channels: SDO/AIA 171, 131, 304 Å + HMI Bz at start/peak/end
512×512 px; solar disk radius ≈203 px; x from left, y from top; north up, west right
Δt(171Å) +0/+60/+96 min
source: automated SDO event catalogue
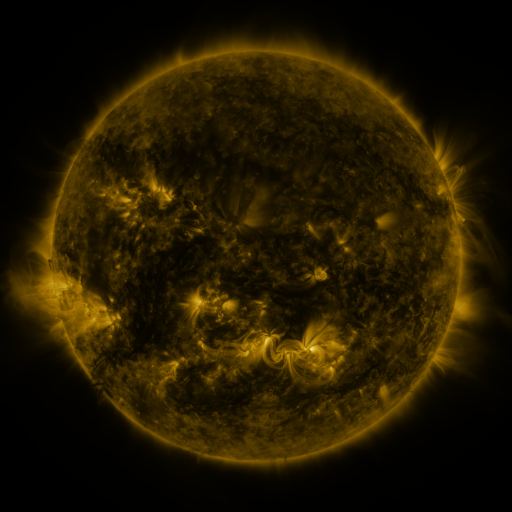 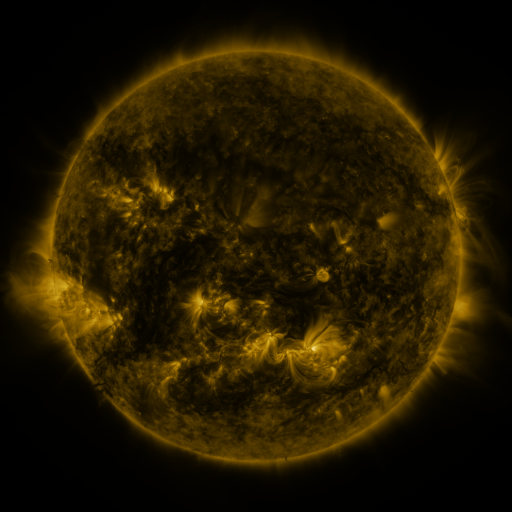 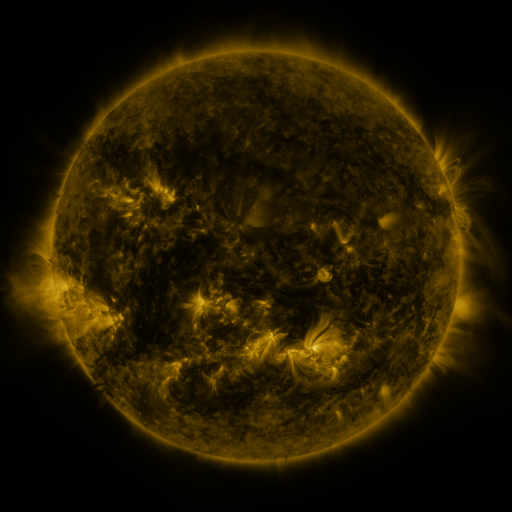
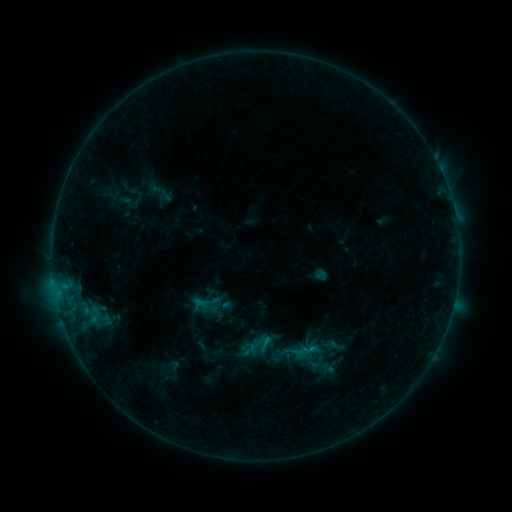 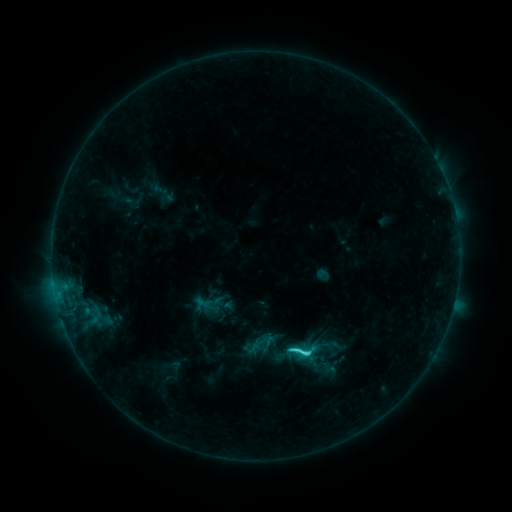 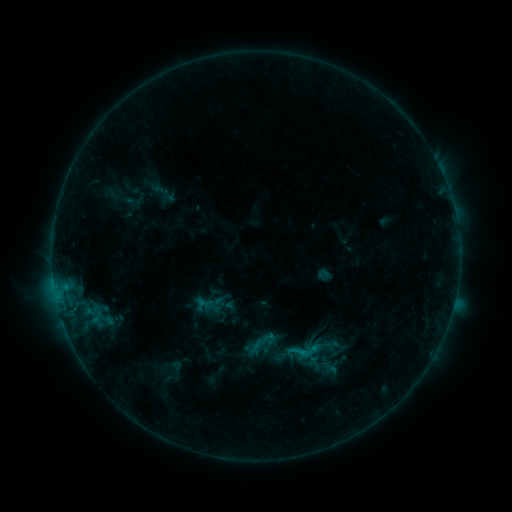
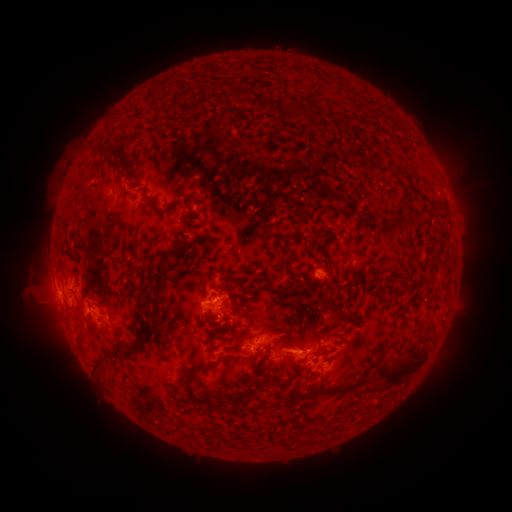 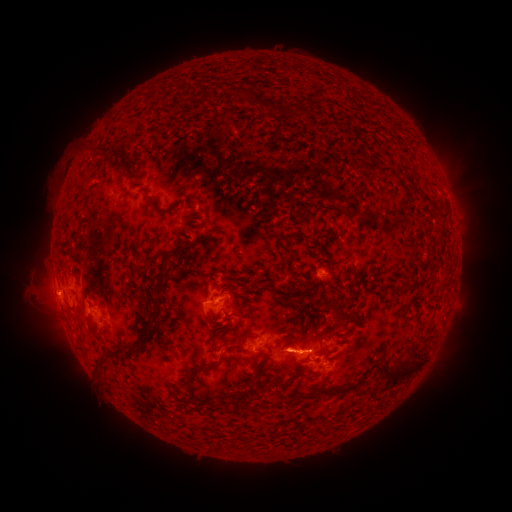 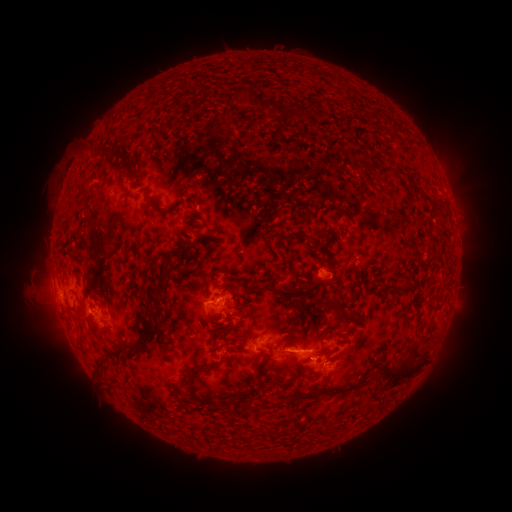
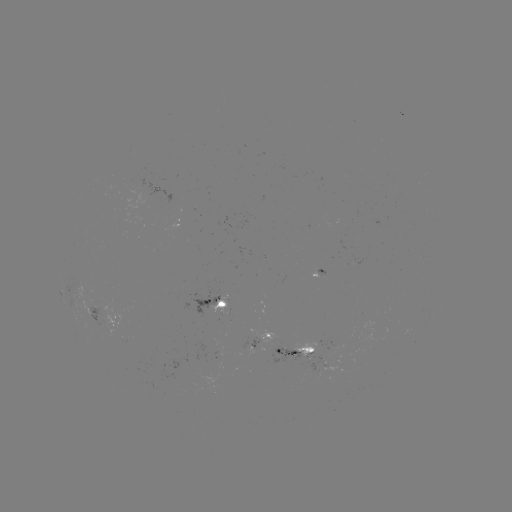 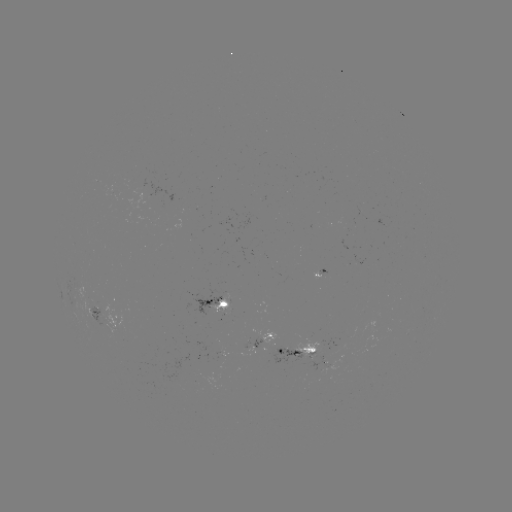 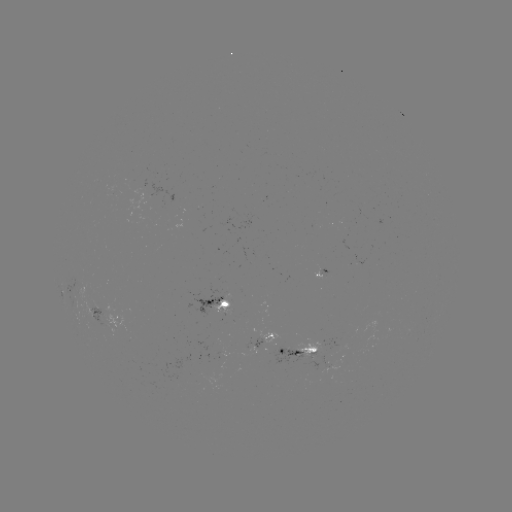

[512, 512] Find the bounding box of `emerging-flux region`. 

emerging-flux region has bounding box [212, 294, 230, 315].